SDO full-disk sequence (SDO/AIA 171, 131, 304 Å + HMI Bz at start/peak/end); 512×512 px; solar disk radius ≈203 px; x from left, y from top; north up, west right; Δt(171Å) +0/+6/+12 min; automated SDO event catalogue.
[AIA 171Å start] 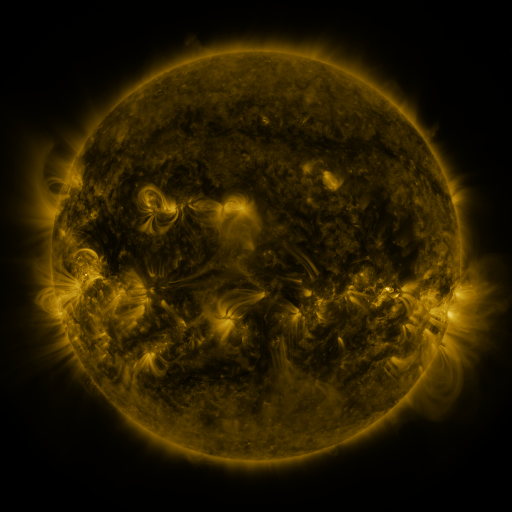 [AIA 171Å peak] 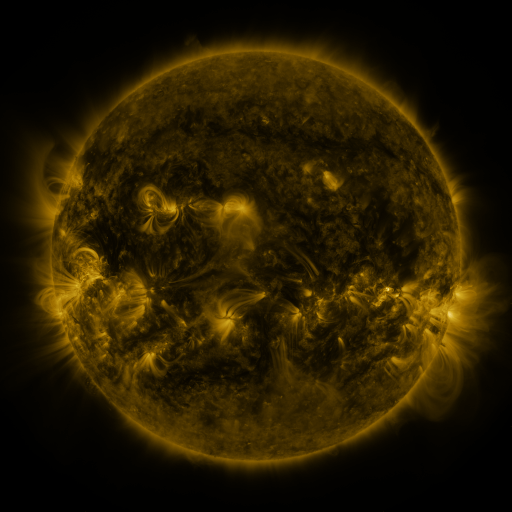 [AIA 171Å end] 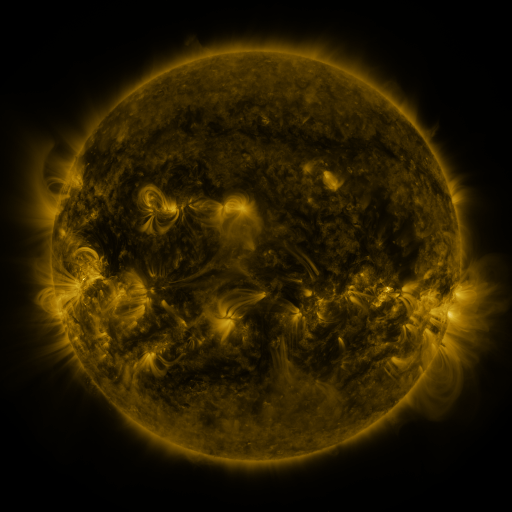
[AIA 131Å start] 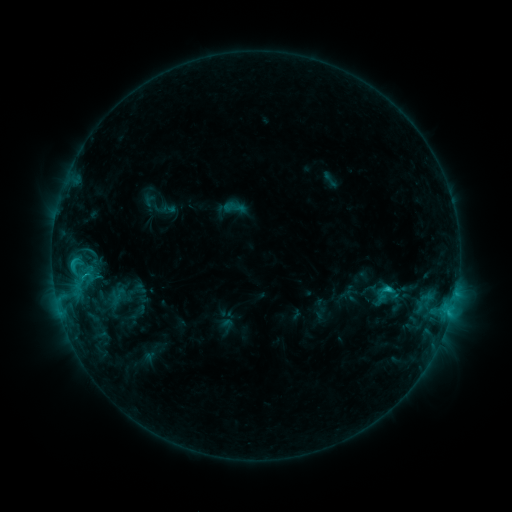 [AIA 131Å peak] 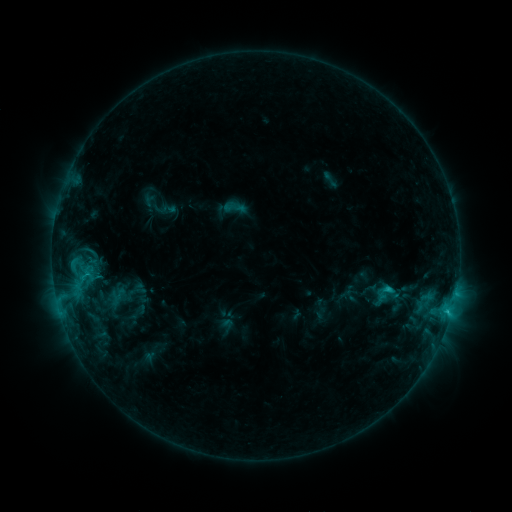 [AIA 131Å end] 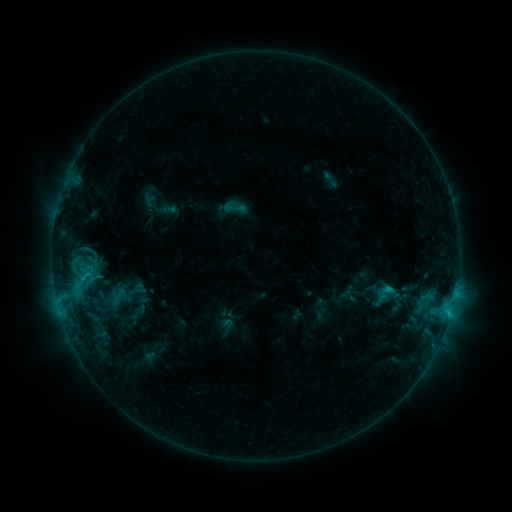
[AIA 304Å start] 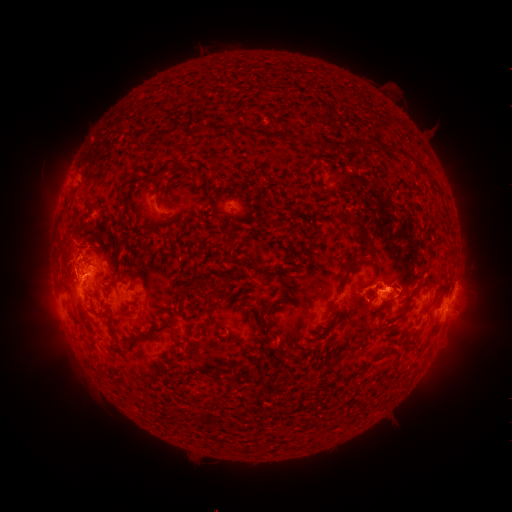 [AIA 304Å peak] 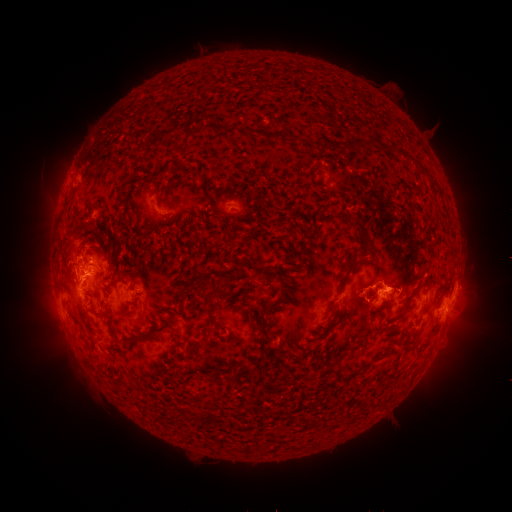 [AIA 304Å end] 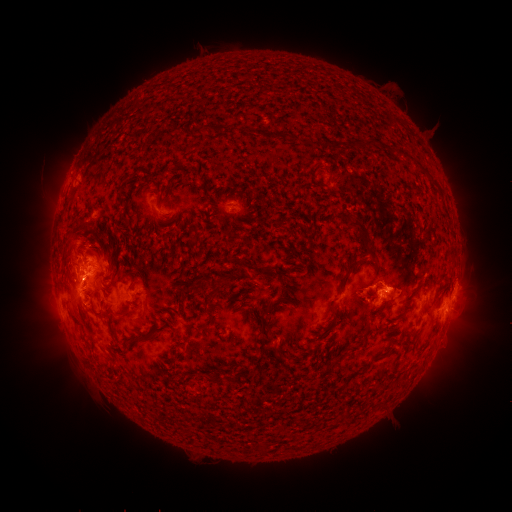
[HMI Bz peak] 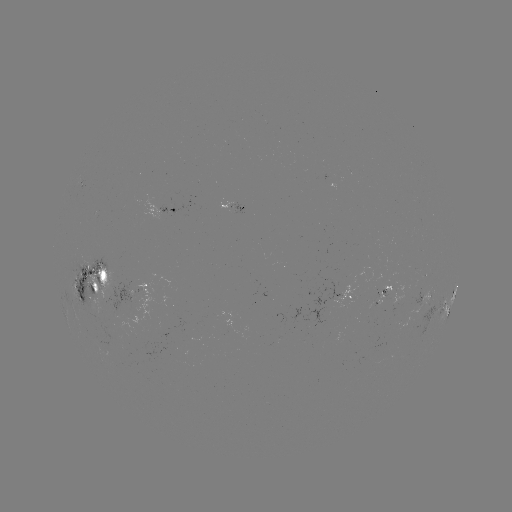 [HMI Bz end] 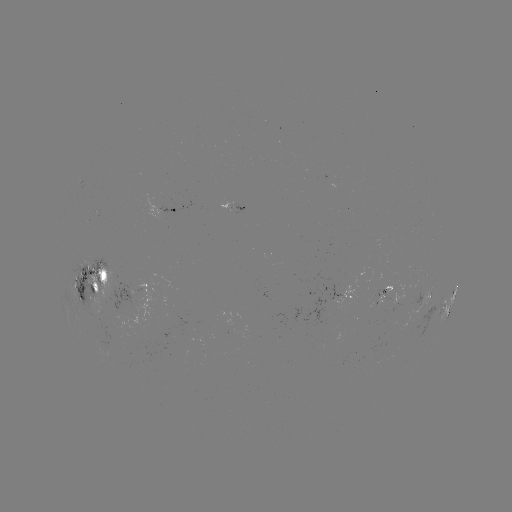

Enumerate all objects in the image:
eruption: (74, 237)
